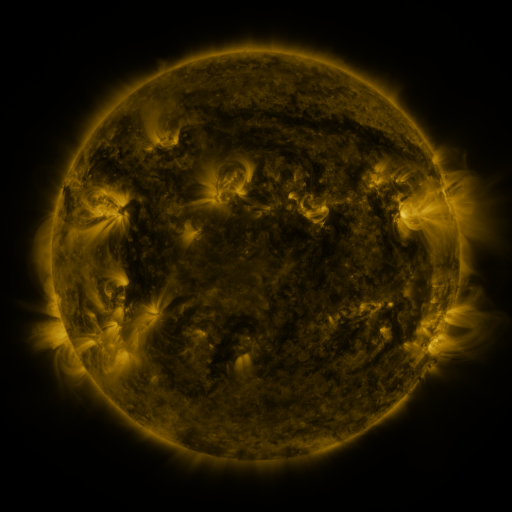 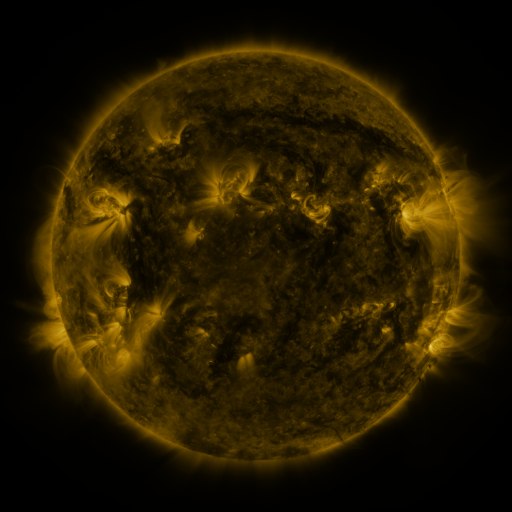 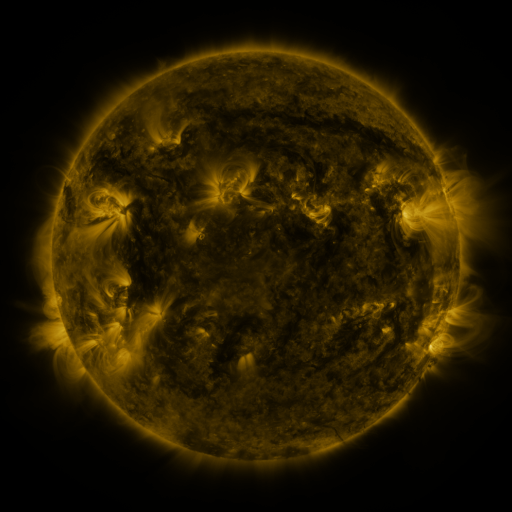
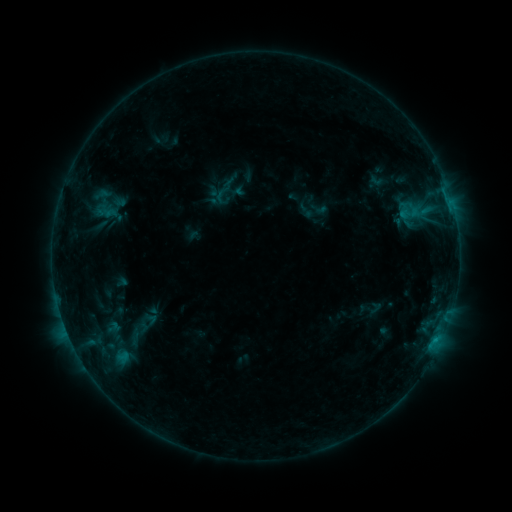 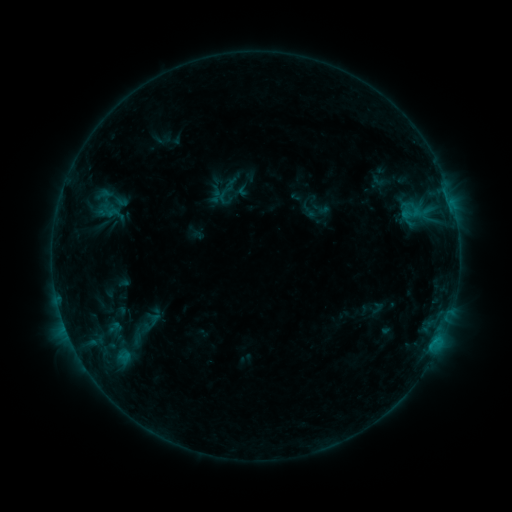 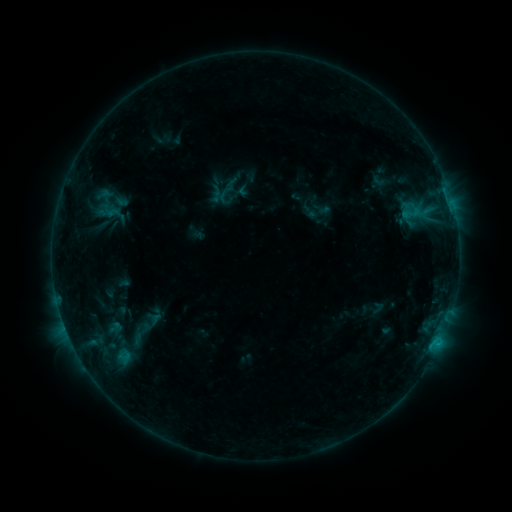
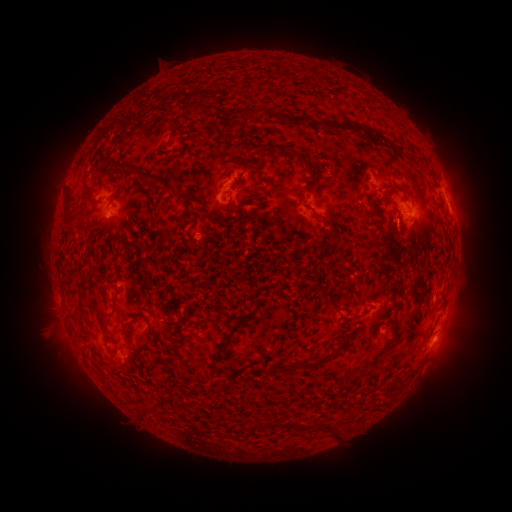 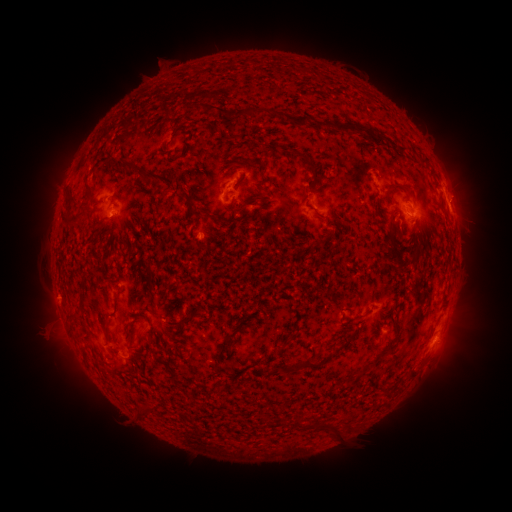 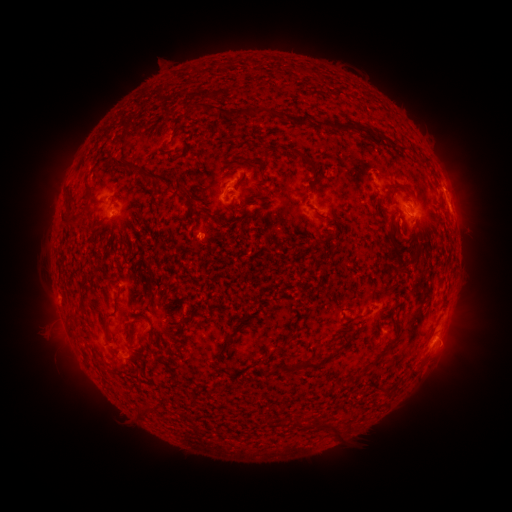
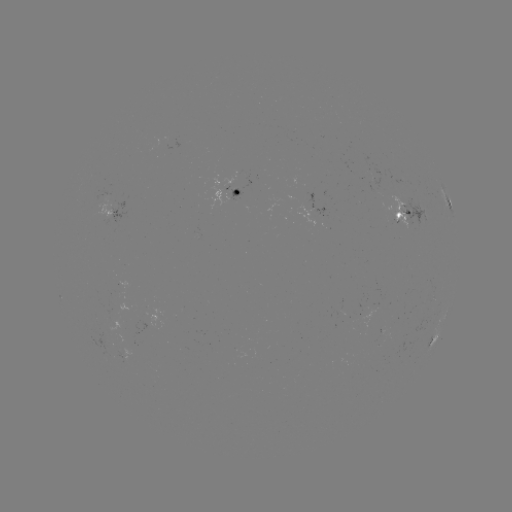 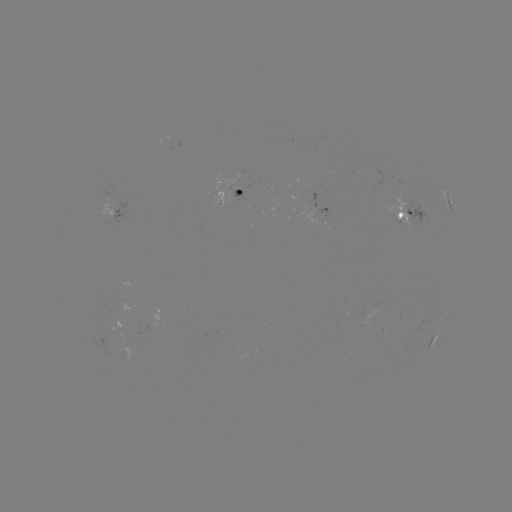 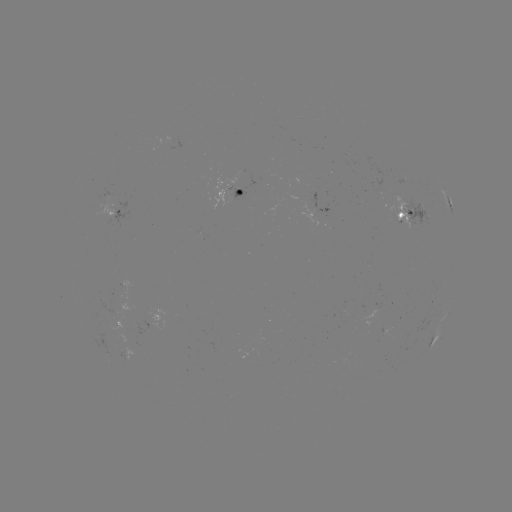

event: emerging-flux region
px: (398, 217)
